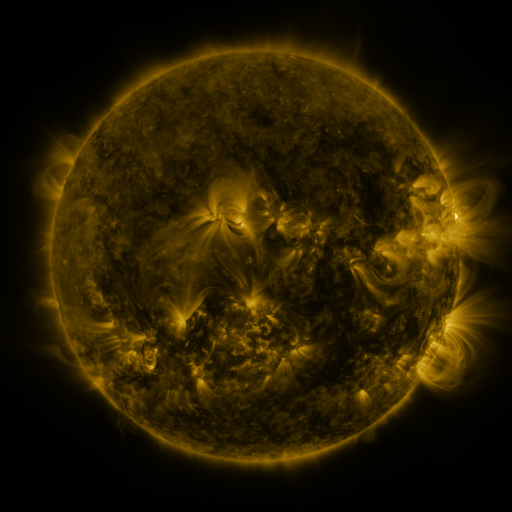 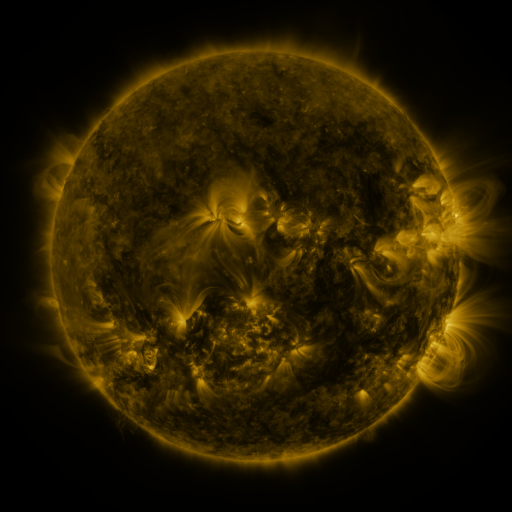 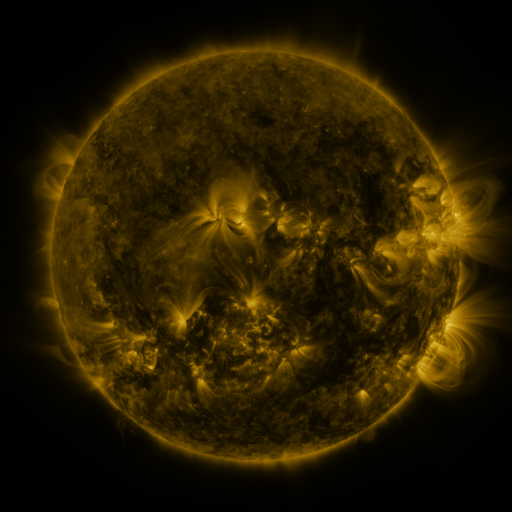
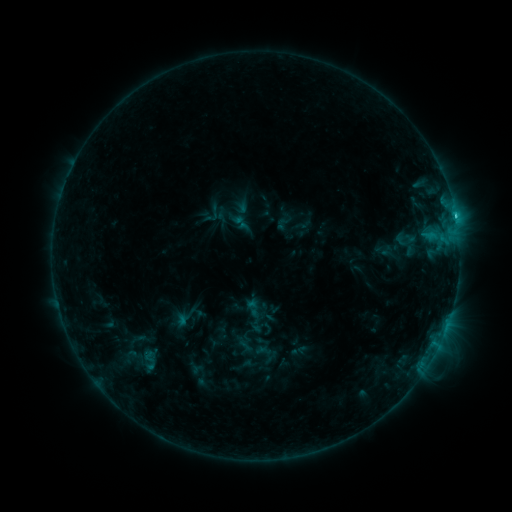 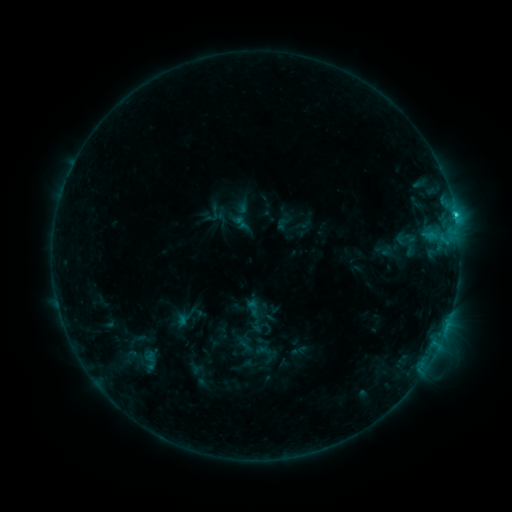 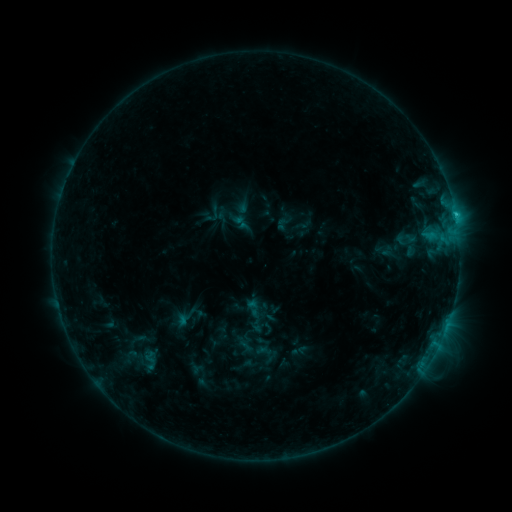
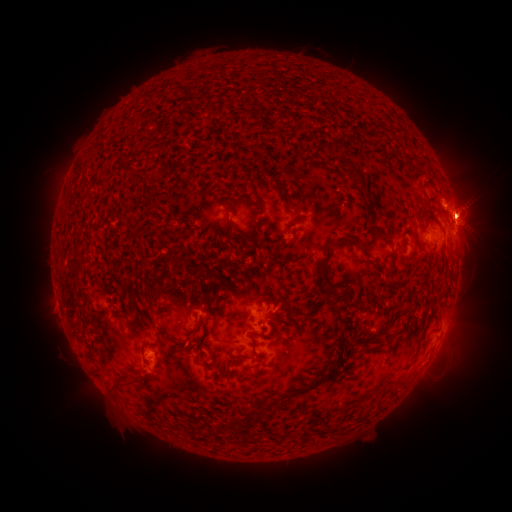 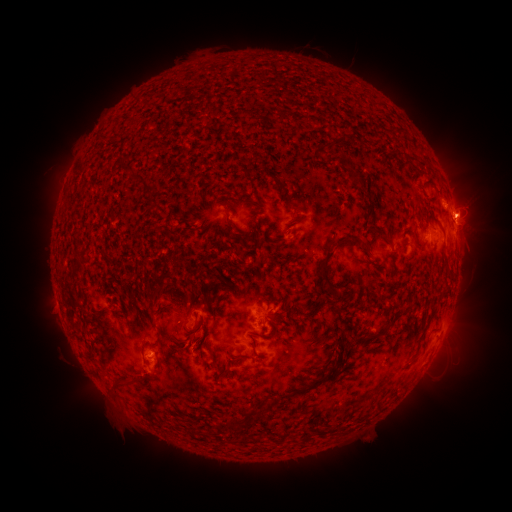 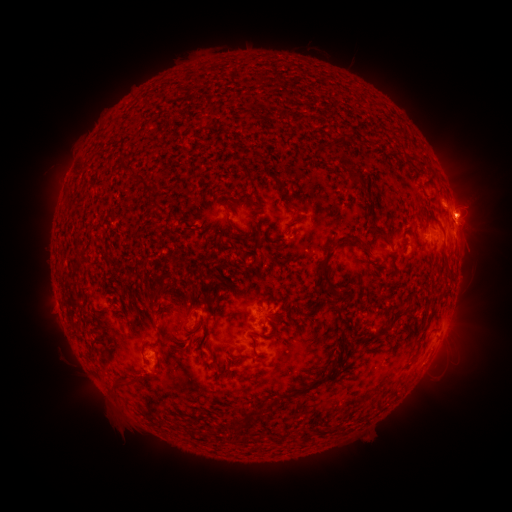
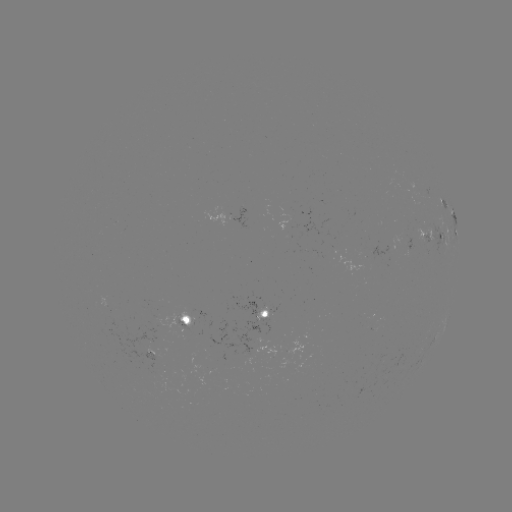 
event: eruption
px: (458, 348)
